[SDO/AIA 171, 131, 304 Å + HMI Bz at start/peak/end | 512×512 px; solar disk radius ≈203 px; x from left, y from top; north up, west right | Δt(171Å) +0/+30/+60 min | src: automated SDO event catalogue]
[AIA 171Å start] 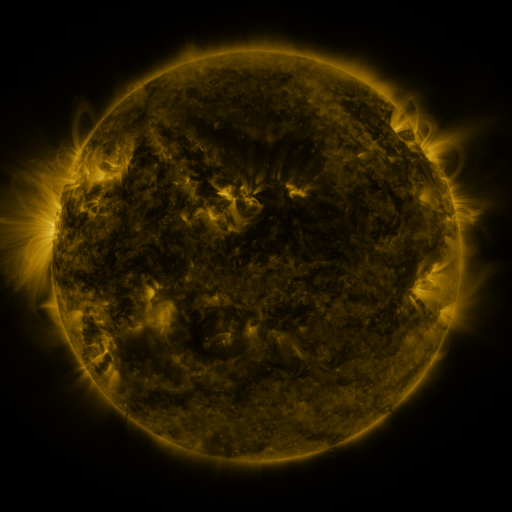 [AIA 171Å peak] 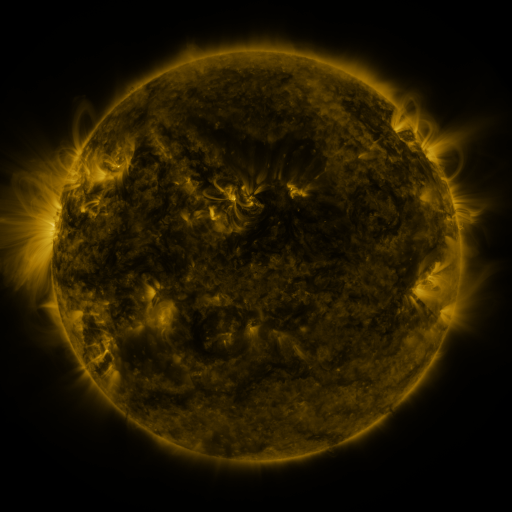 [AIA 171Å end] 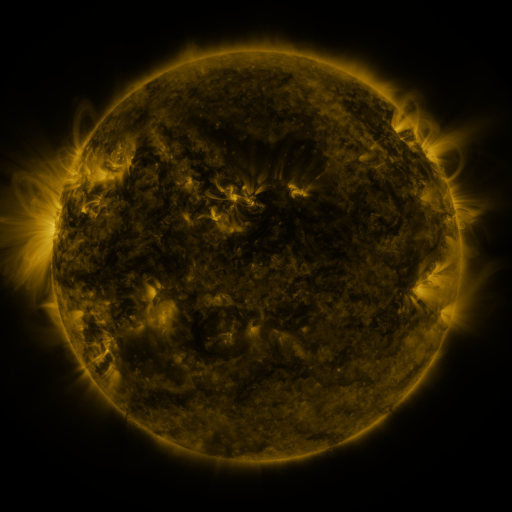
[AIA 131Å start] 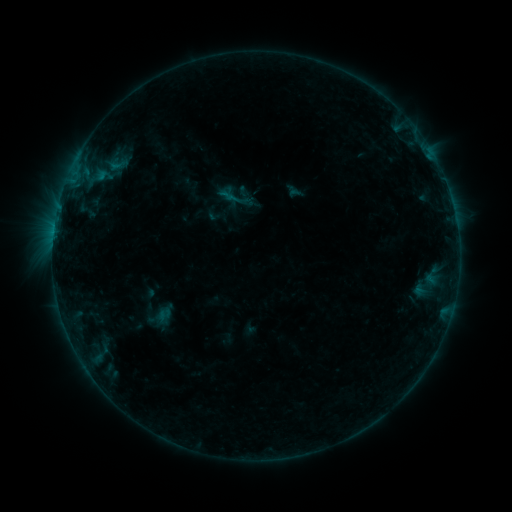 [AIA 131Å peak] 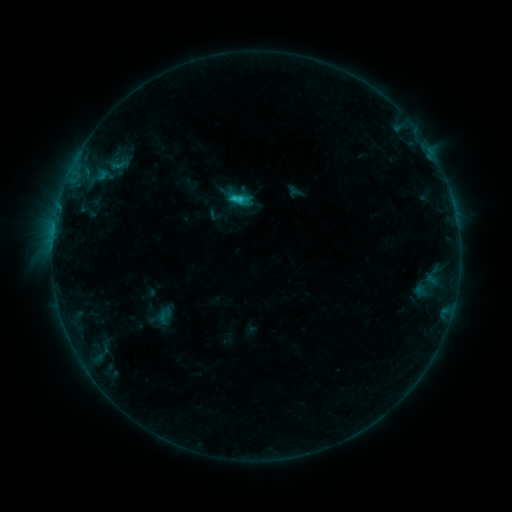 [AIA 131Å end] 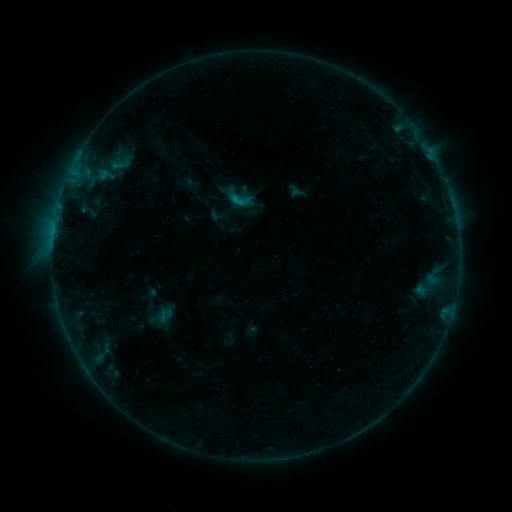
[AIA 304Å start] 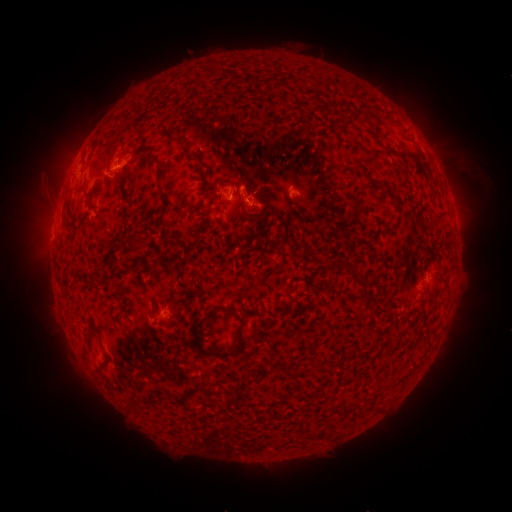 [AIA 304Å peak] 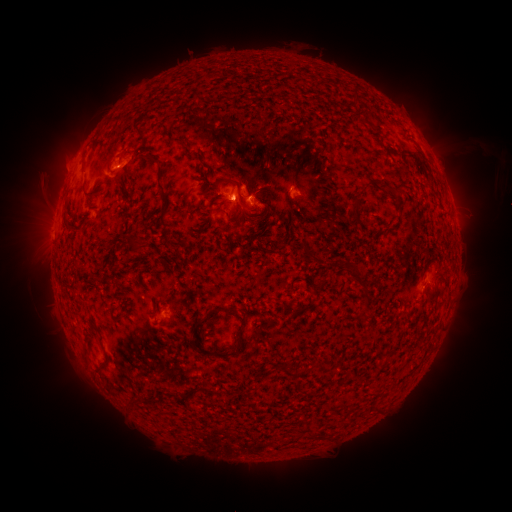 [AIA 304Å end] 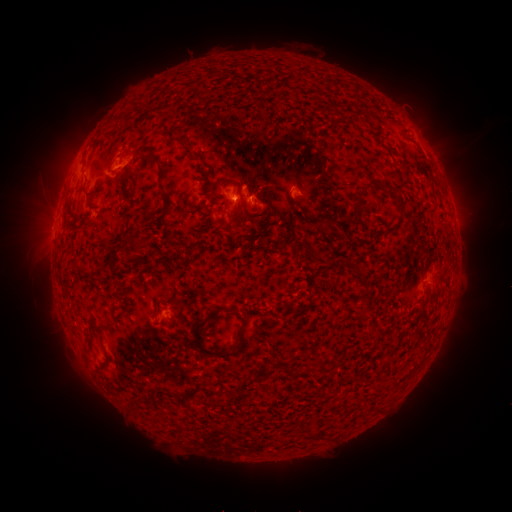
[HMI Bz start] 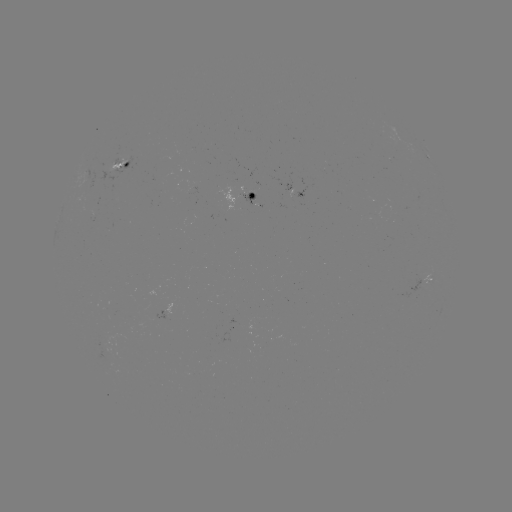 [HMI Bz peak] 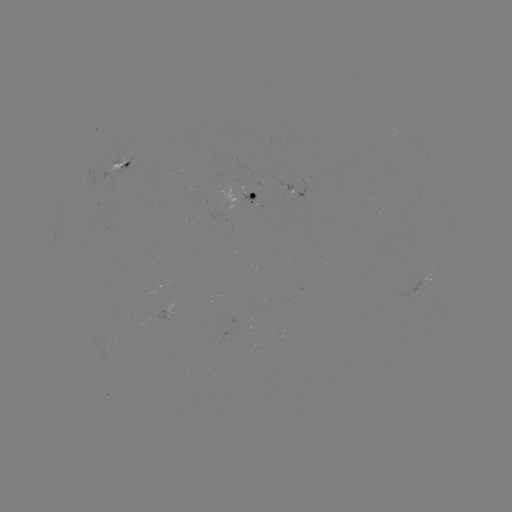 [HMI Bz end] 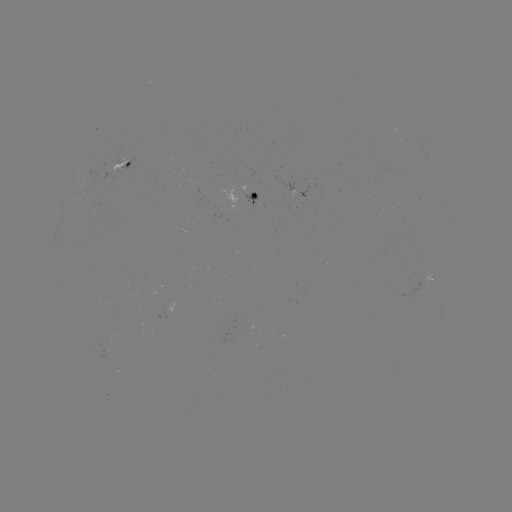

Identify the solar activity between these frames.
C1.5 flare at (234, 199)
